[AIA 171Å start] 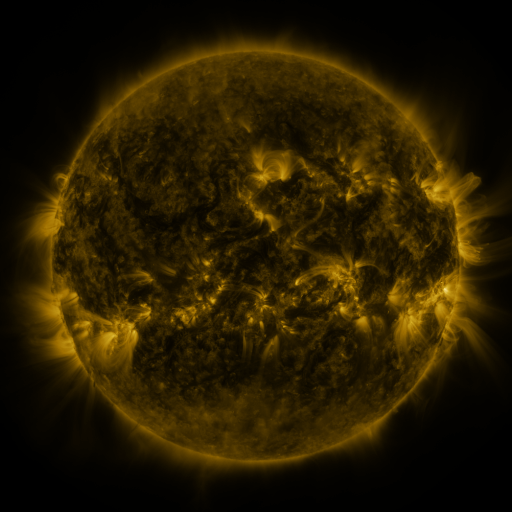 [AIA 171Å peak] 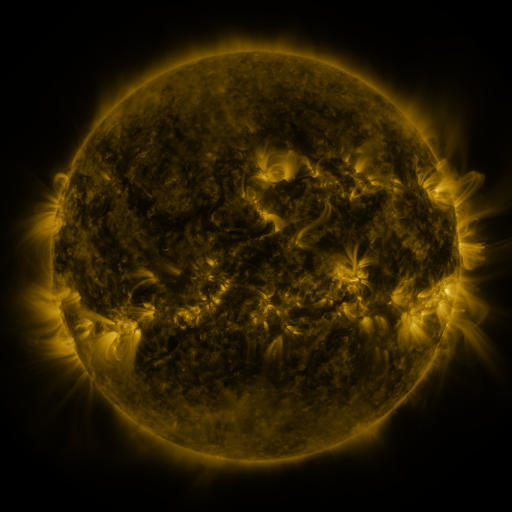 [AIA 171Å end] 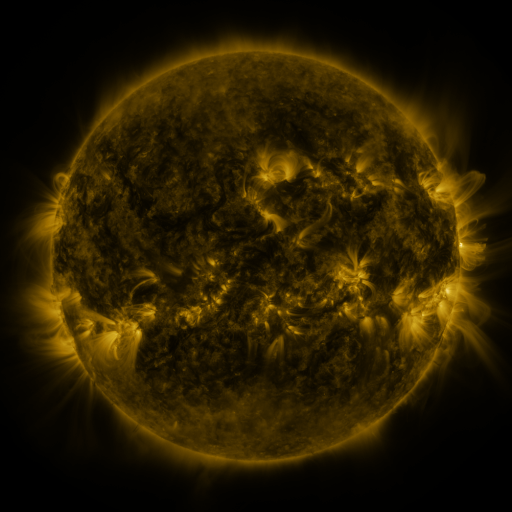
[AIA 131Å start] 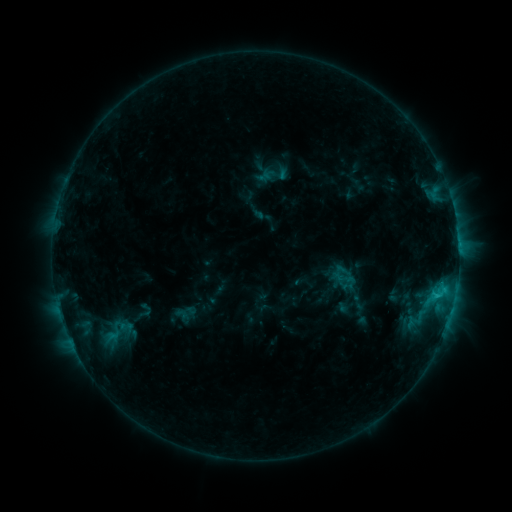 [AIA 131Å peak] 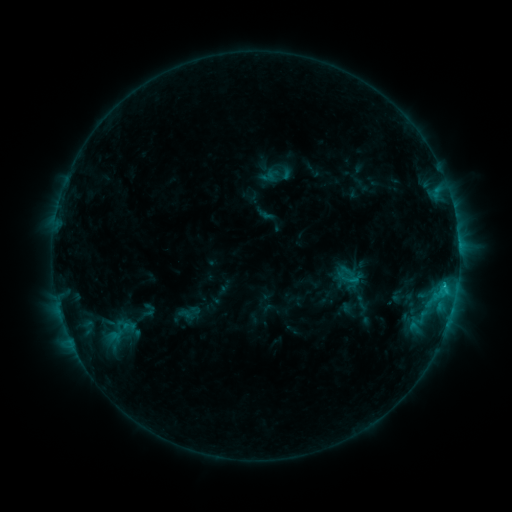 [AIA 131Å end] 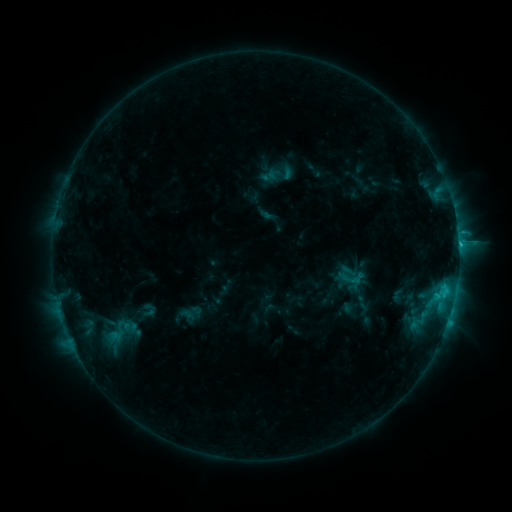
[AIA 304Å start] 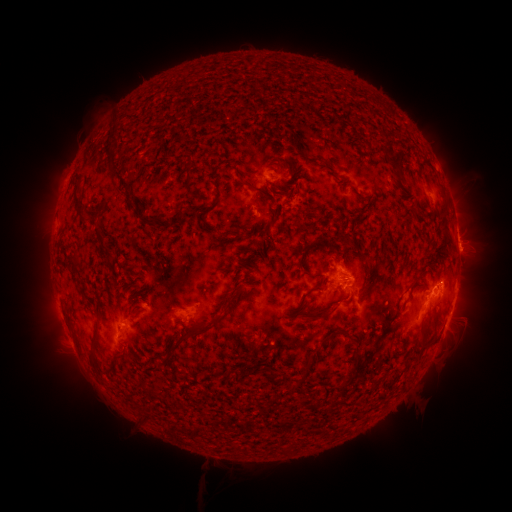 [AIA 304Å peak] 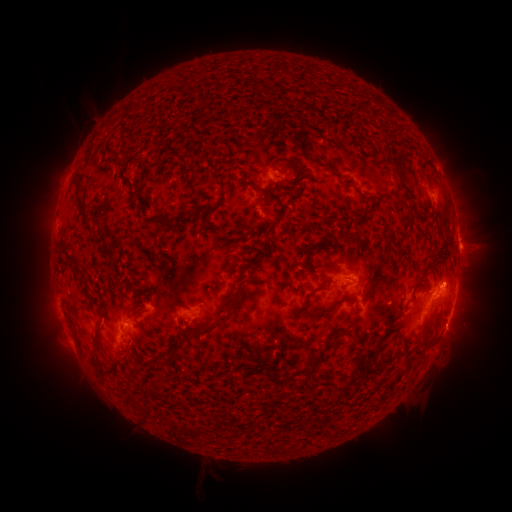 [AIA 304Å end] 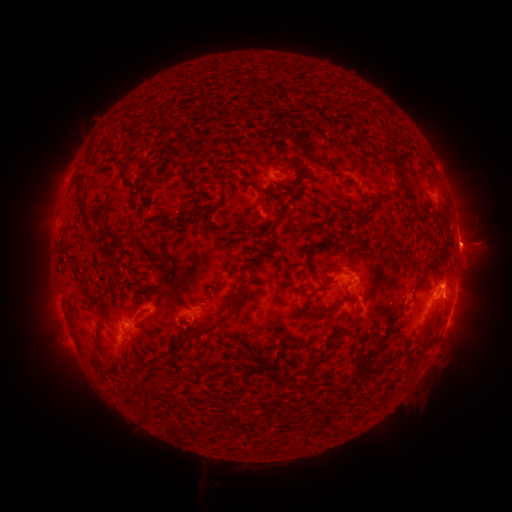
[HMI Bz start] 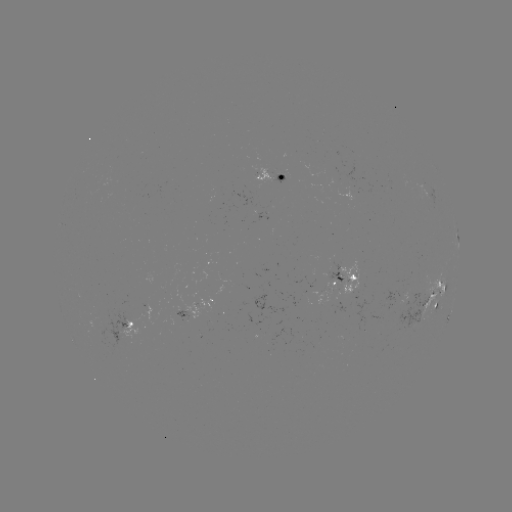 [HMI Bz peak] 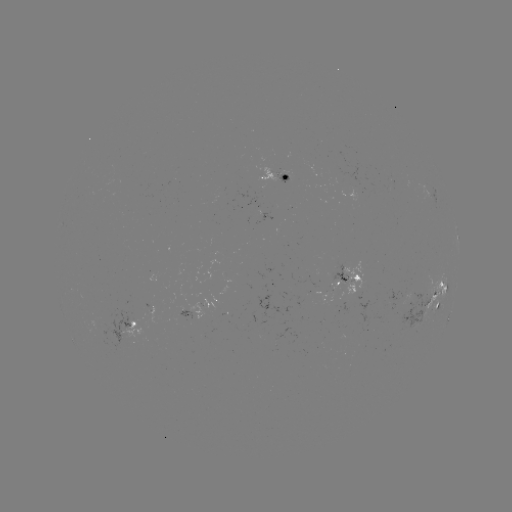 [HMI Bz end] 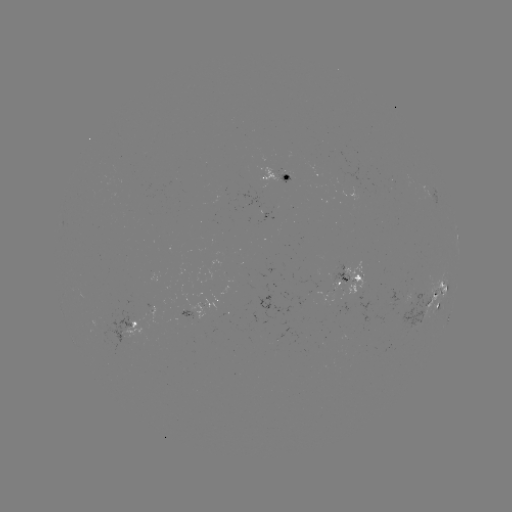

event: emerging-flux region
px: (372, 129)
